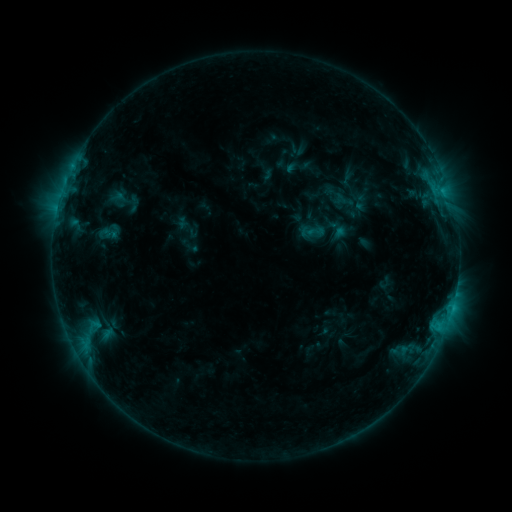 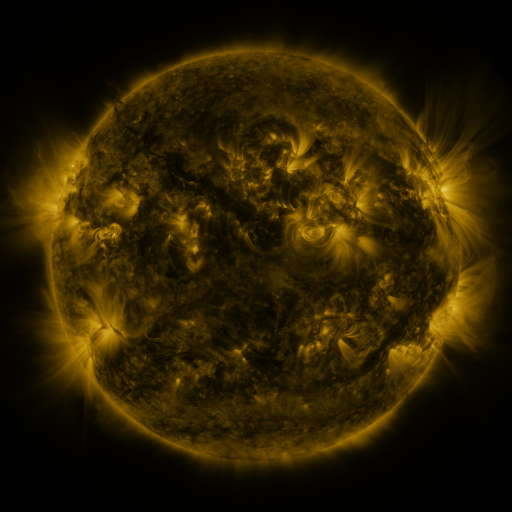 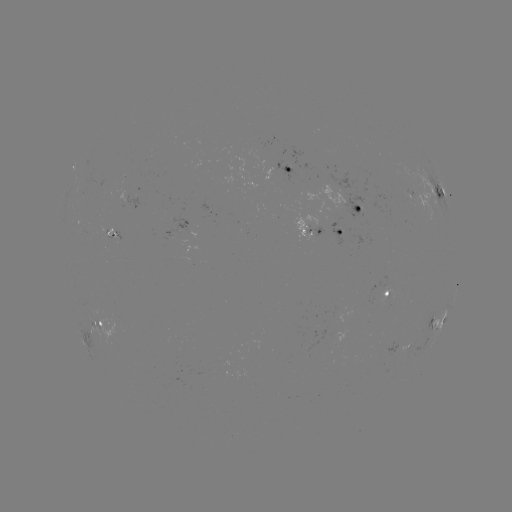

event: sigmoid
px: (315, 231)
